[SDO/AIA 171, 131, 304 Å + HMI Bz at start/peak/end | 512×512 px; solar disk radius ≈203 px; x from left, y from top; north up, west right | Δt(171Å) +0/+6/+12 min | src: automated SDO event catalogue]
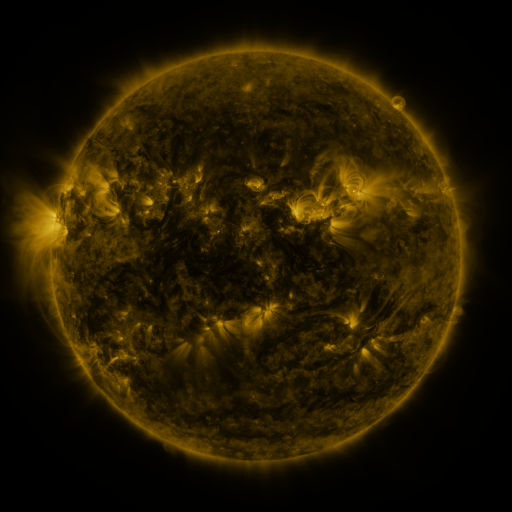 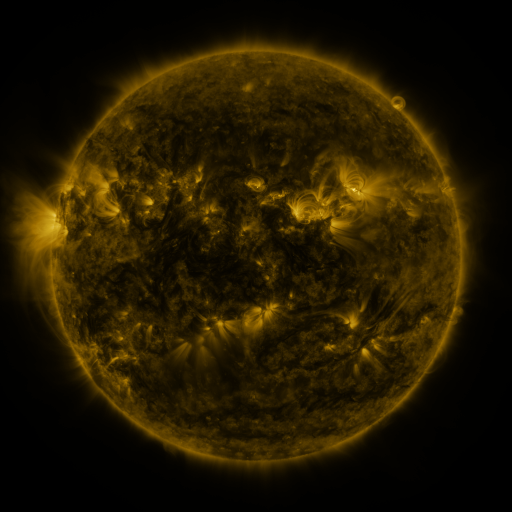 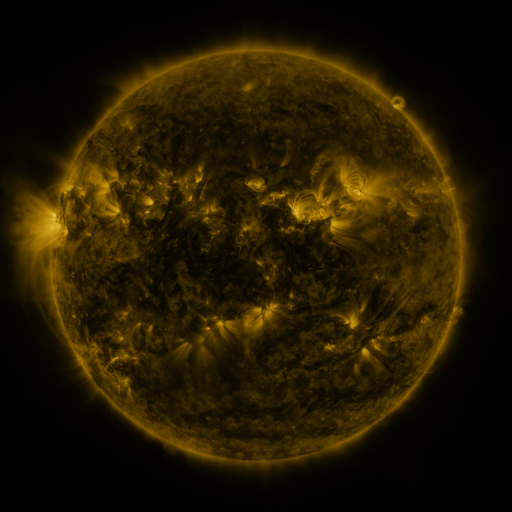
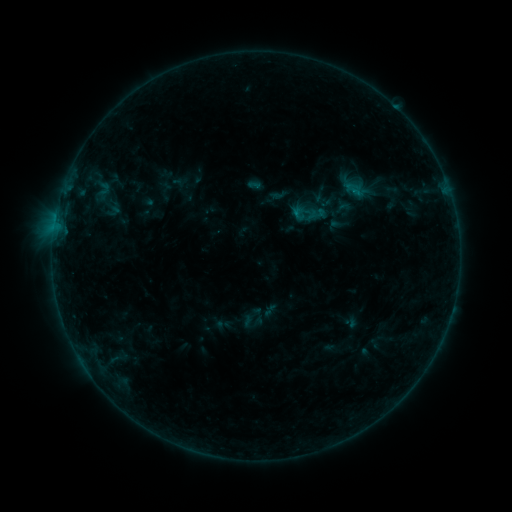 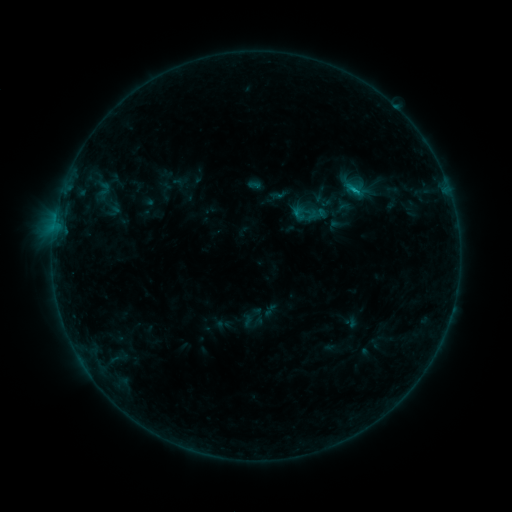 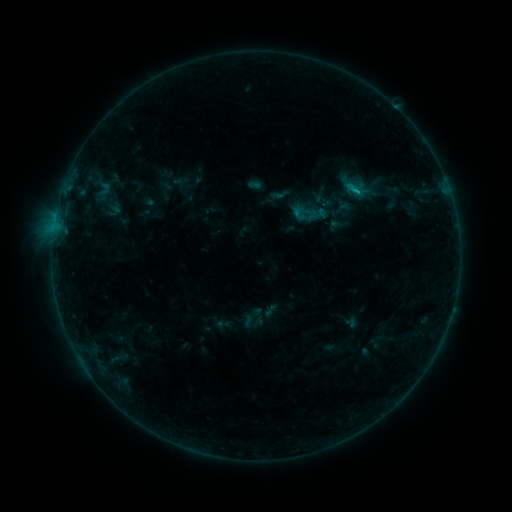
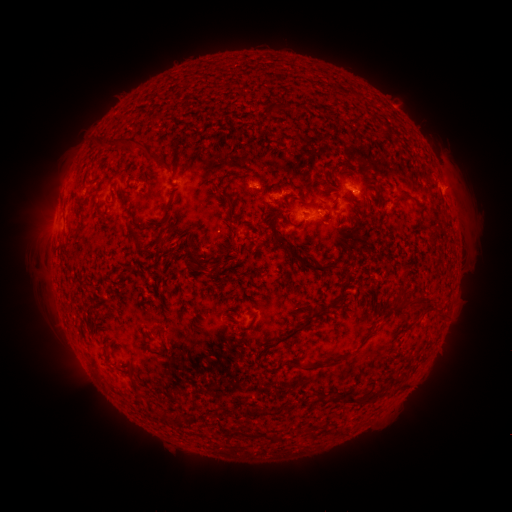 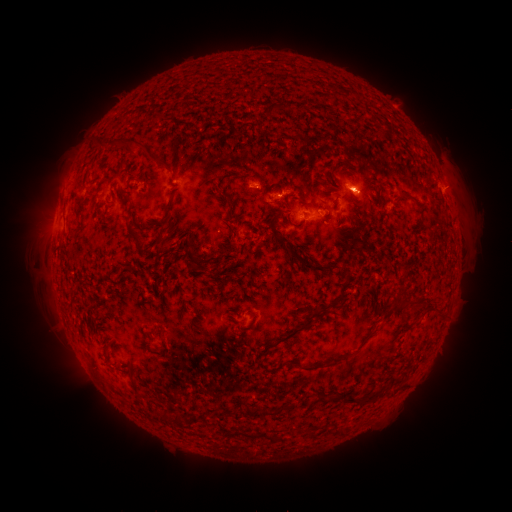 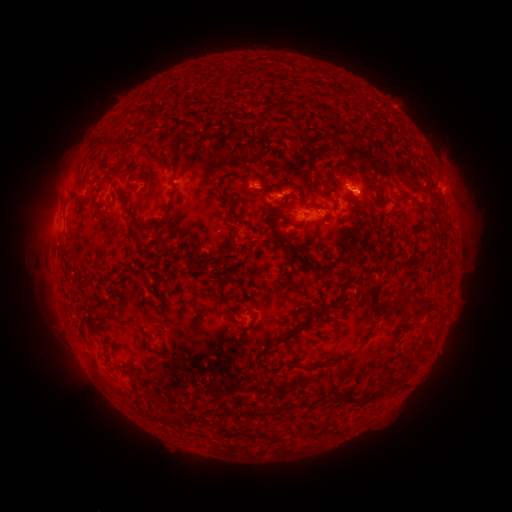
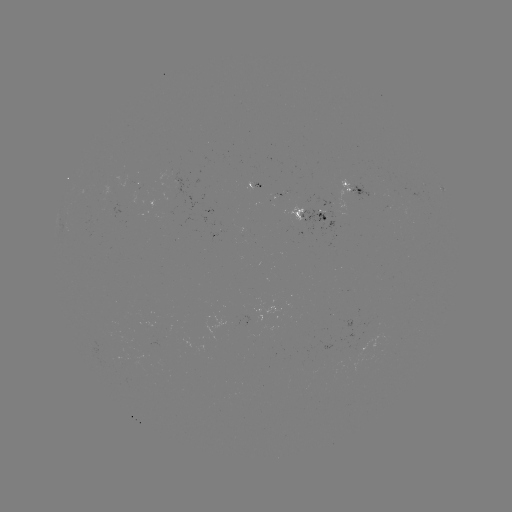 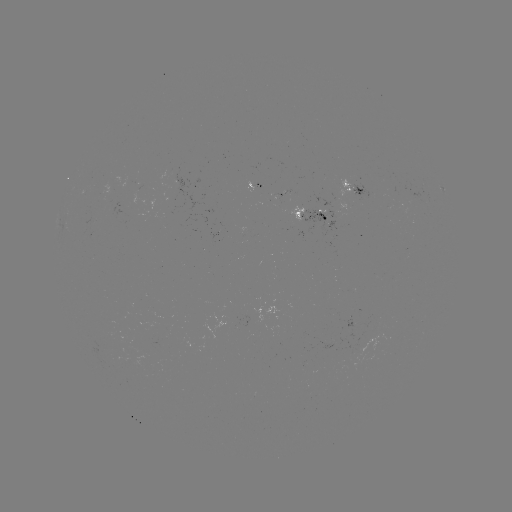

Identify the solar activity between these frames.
B4.0 flare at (356, 194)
